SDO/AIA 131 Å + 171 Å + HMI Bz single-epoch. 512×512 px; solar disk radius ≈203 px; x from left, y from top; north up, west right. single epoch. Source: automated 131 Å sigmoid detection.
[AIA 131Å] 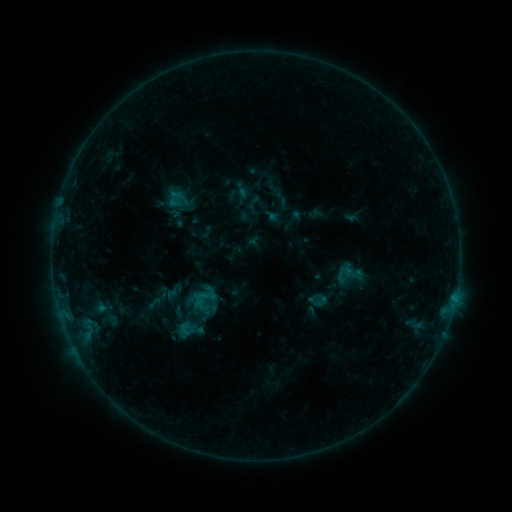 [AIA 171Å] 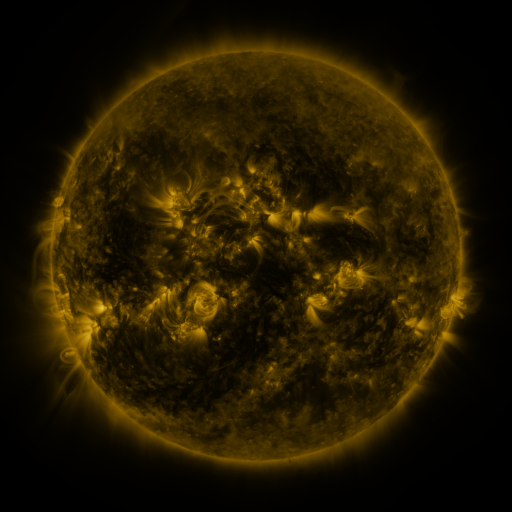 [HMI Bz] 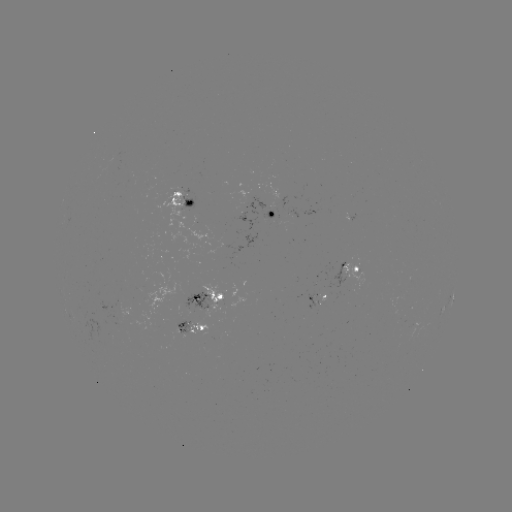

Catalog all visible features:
sigmoid: (205, 299)
sigmoid: (196, 317)
